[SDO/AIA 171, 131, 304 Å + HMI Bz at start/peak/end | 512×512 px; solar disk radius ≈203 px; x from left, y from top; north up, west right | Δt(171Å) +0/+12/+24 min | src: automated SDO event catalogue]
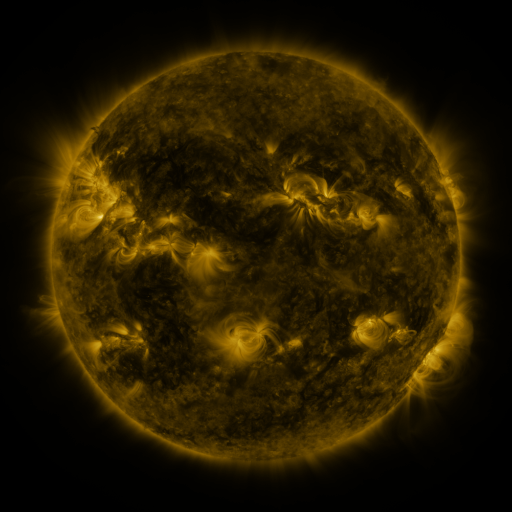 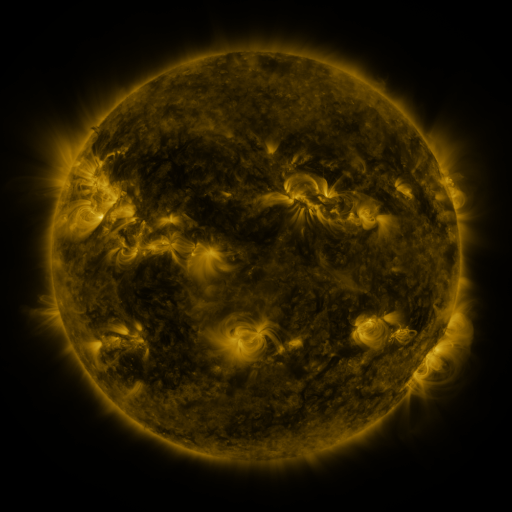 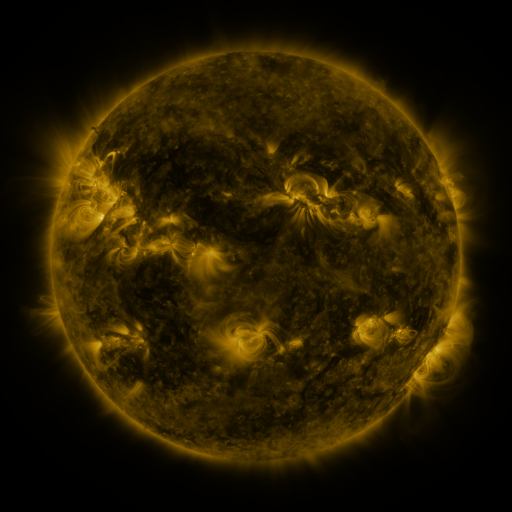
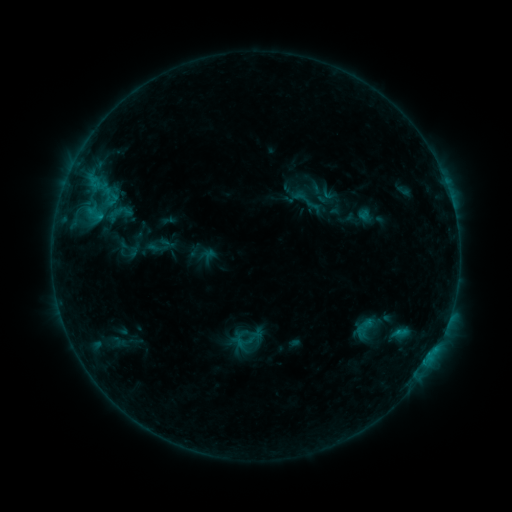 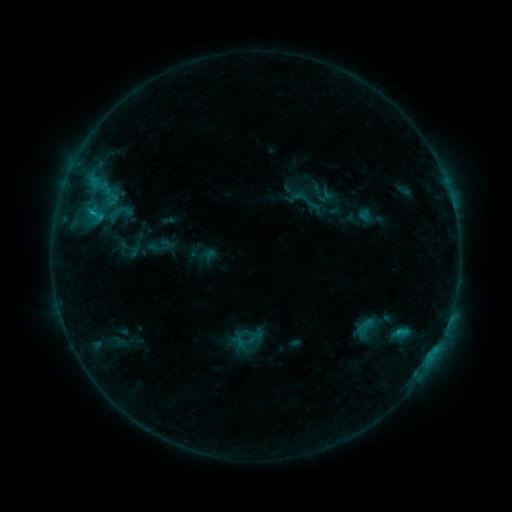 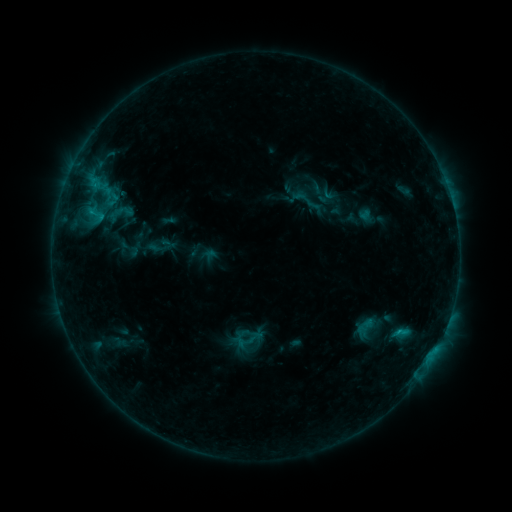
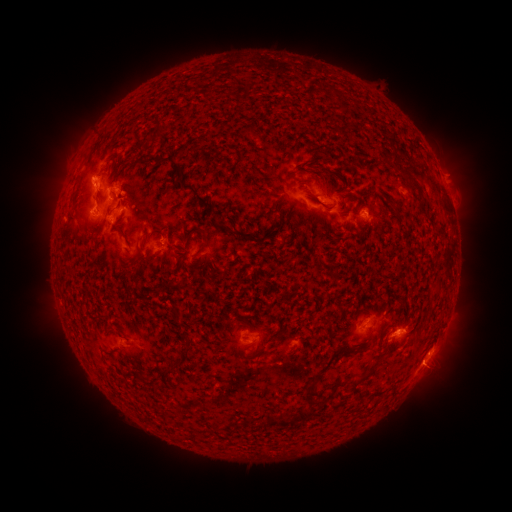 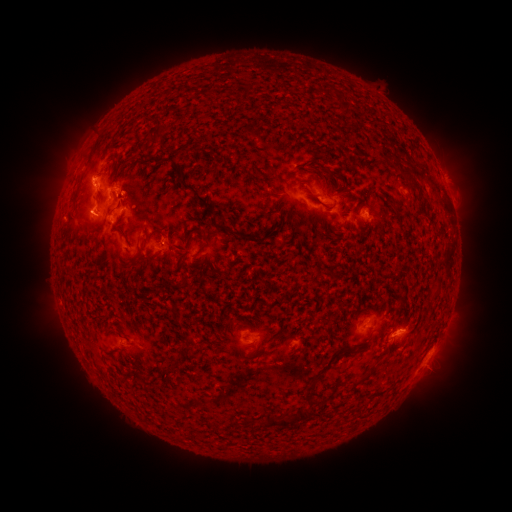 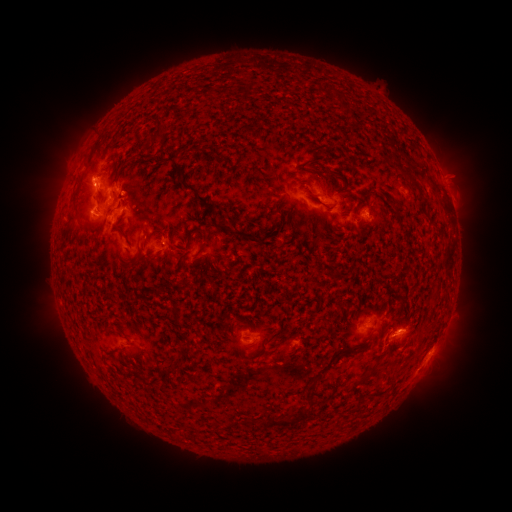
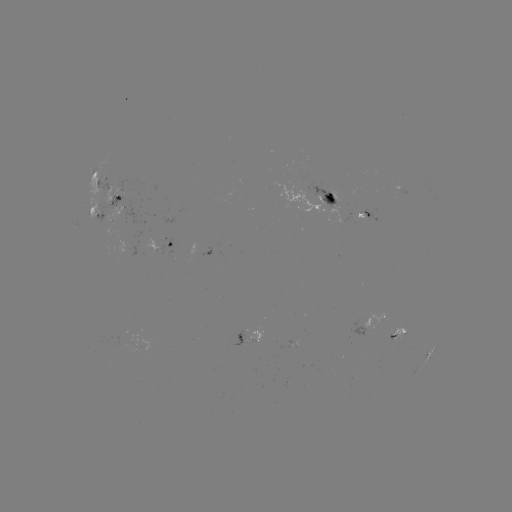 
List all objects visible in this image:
C1.1 flare: (93, 214)
